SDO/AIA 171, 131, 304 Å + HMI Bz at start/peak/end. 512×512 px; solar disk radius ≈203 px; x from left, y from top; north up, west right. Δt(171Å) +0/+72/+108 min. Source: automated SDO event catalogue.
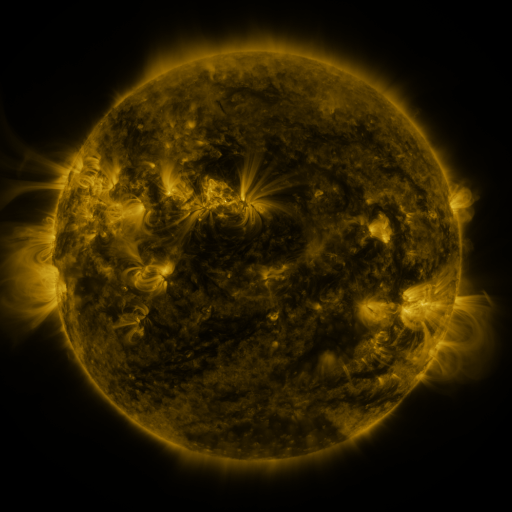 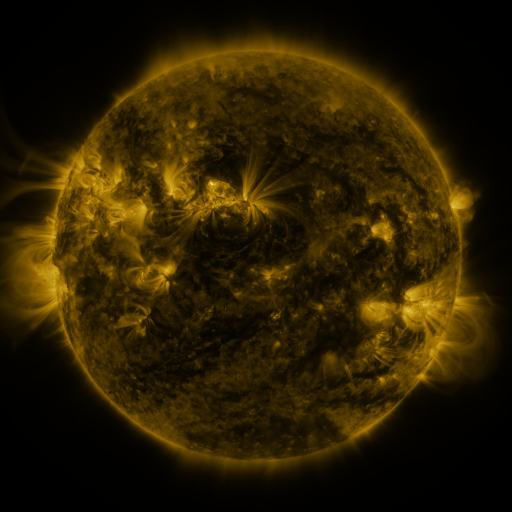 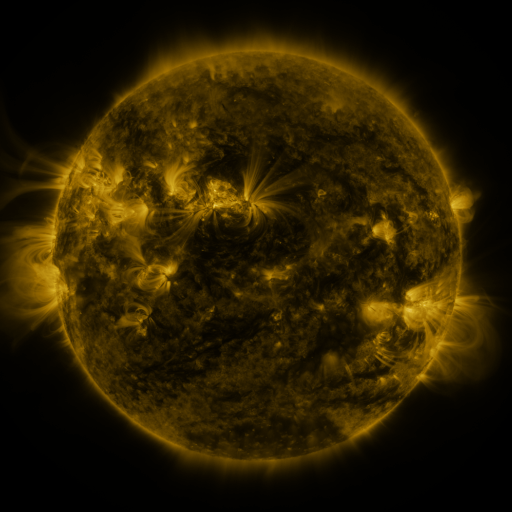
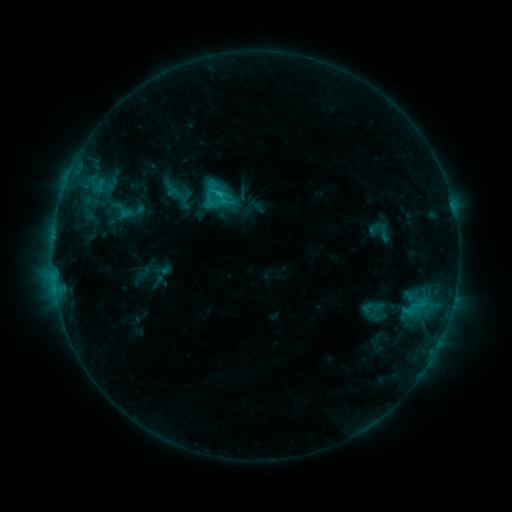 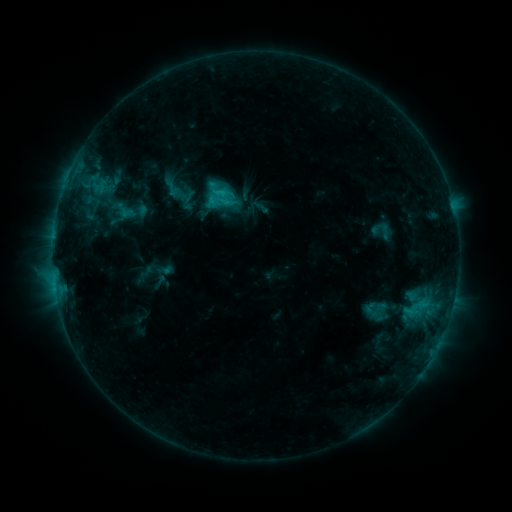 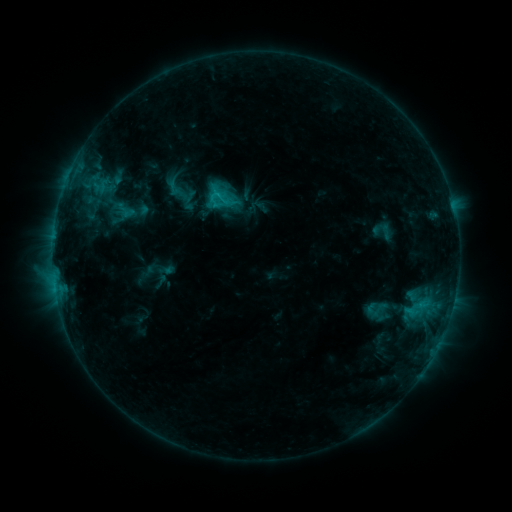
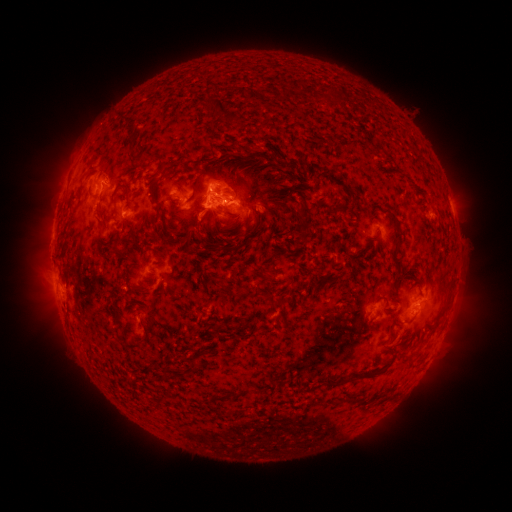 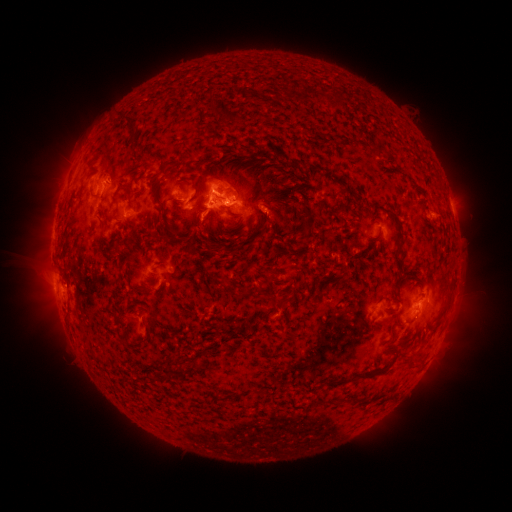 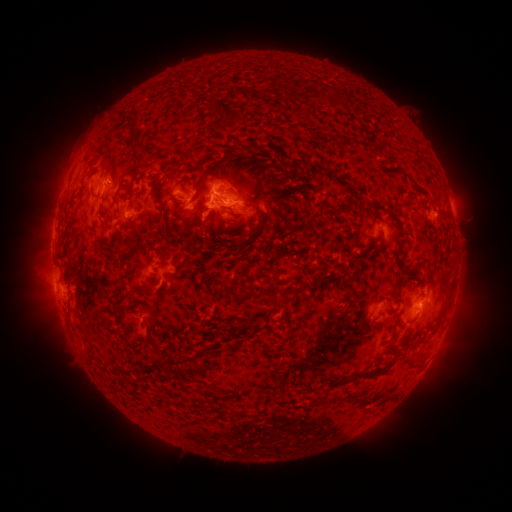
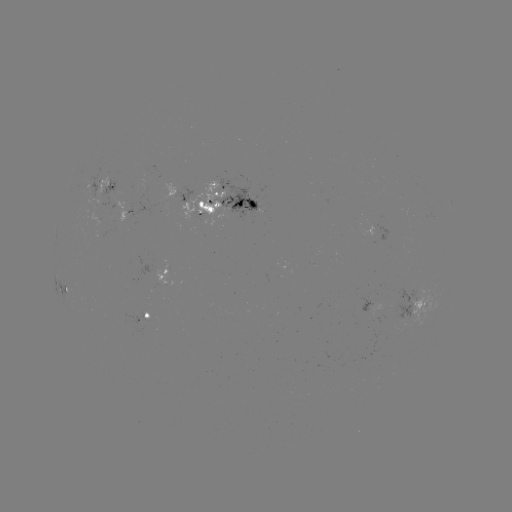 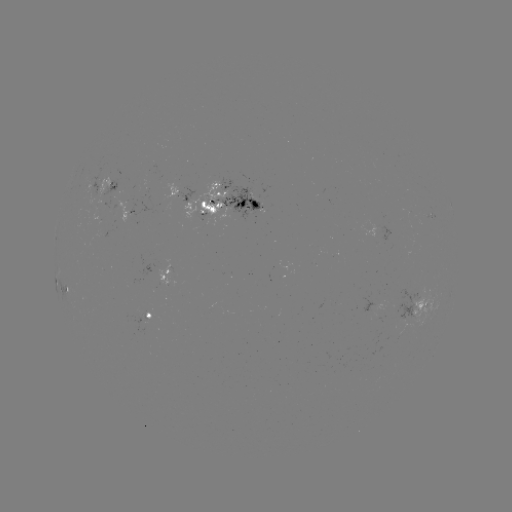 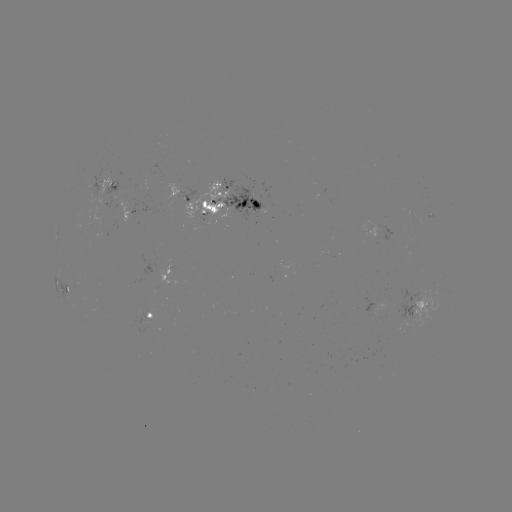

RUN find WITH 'emerging-flux region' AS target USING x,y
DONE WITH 254,205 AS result